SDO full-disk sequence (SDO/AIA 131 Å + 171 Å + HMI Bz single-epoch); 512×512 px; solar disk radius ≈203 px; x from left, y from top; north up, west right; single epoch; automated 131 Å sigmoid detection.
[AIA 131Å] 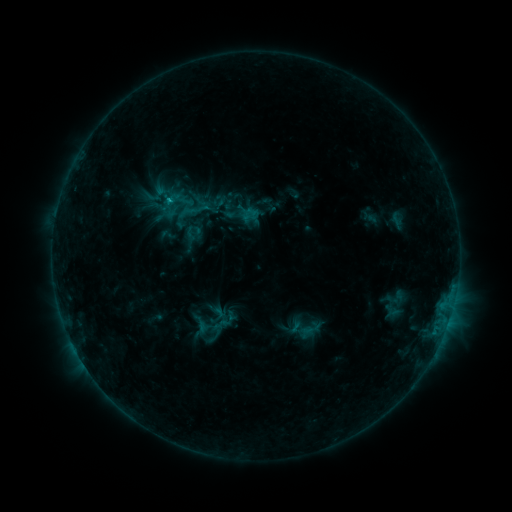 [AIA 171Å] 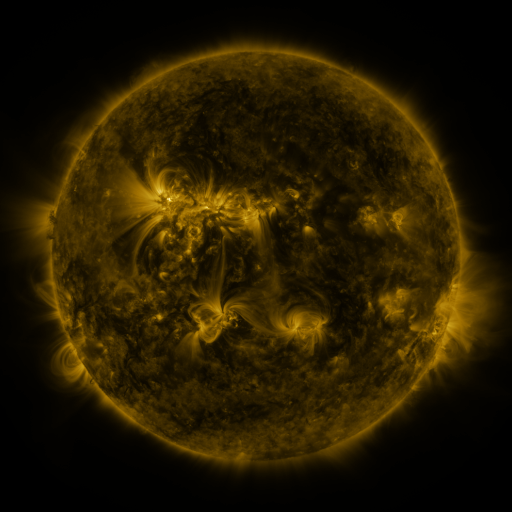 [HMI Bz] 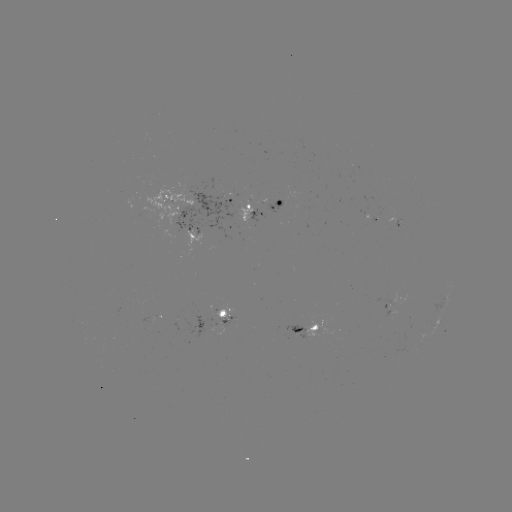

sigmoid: (228, 191, 250, 214)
